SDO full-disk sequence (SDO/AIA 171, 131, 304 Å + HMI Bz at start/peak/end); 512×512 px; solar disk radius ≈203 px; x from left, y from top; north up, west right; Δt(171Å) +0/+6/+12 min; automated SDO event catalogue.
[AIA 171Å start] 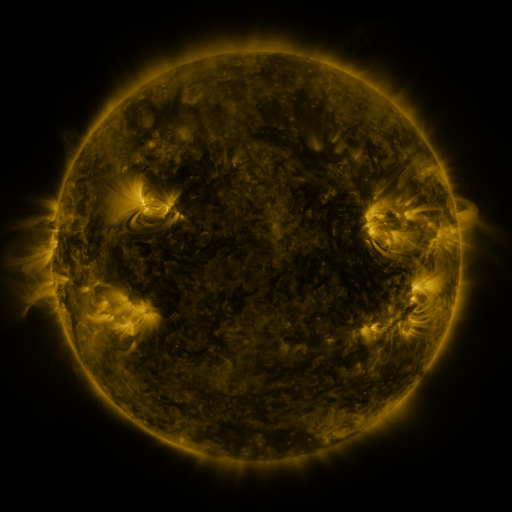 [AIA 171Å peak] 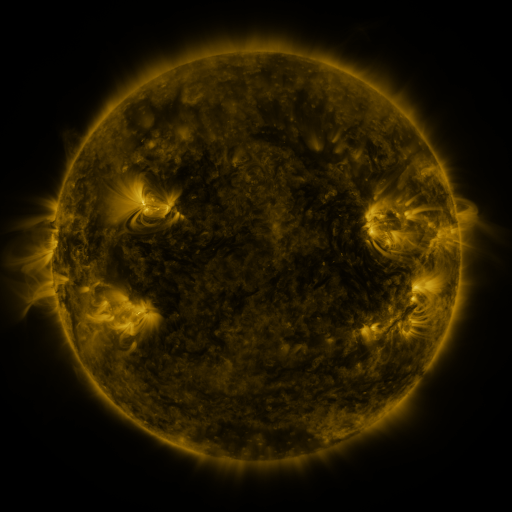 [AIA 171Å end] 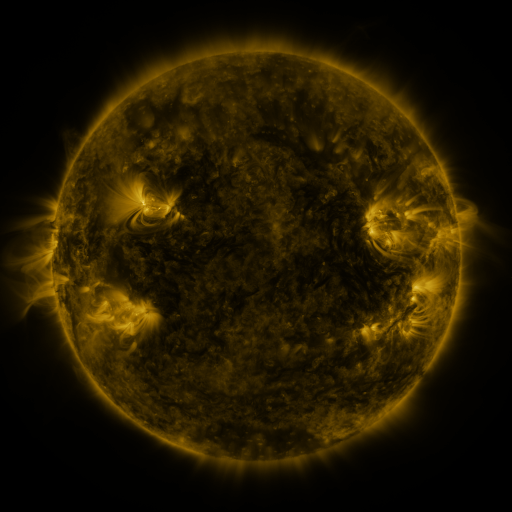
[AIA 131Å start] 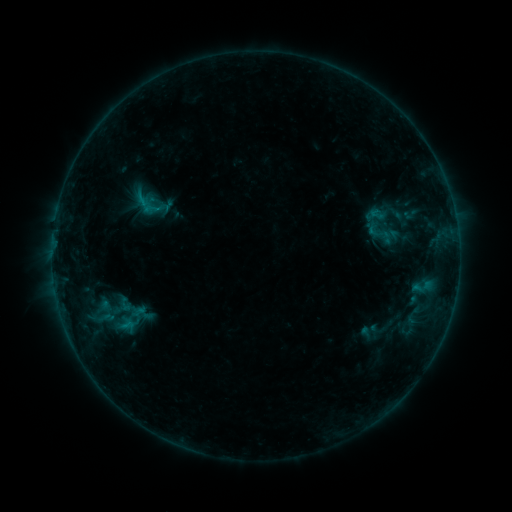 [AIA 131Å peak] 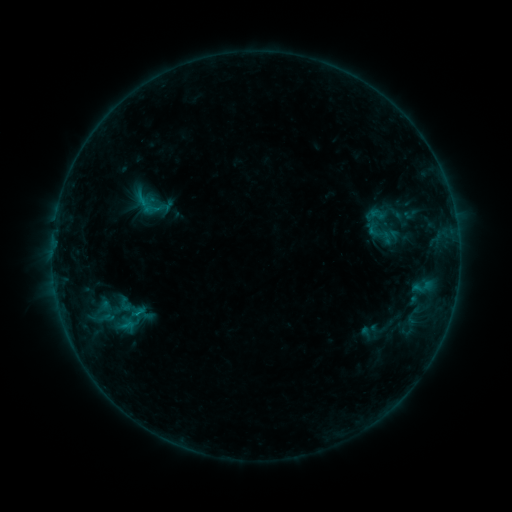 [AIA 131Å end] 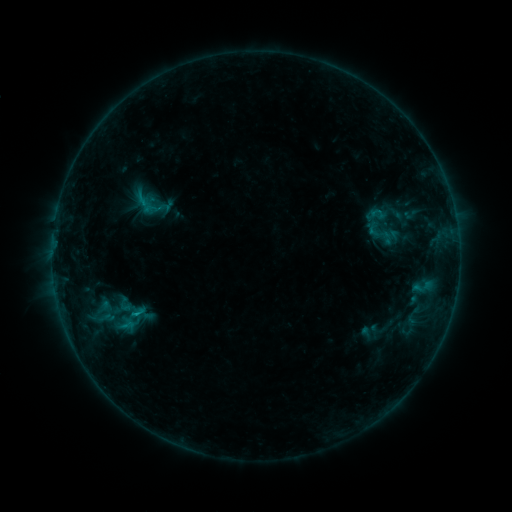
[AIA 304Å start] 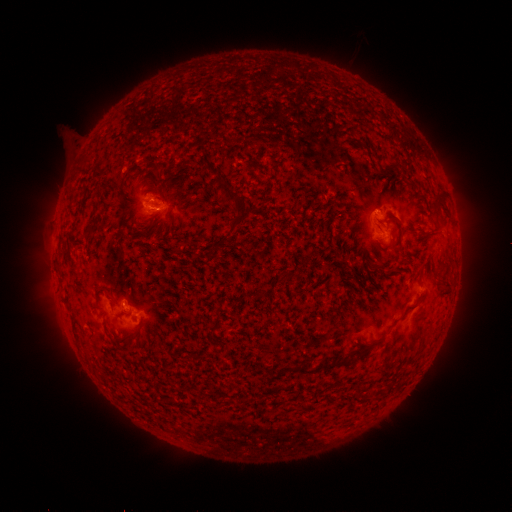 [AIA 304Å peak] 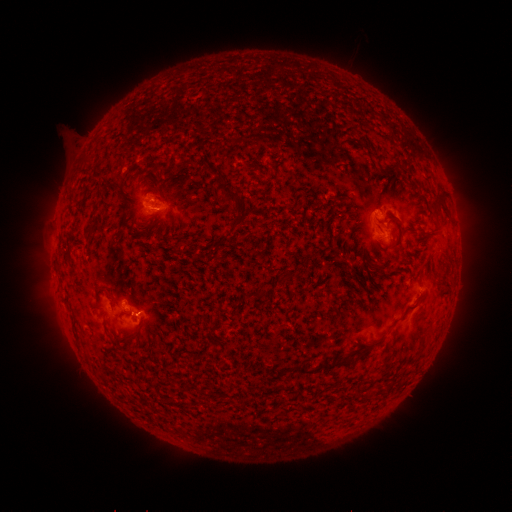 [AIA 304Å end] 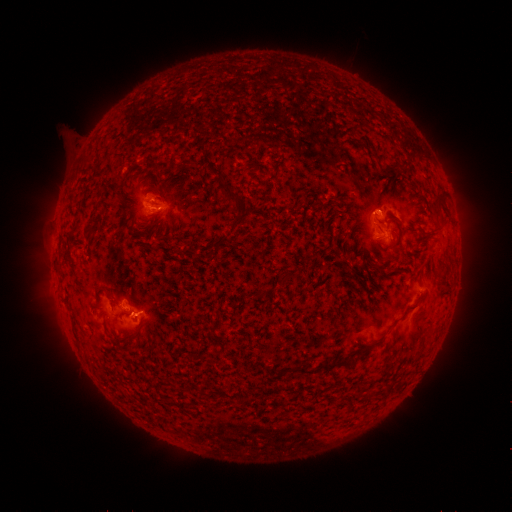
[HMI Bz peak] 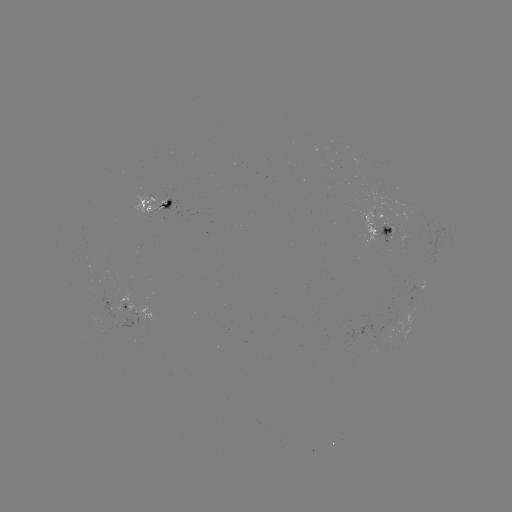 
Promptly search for B5.3 flare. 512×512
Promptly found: [138, 313].